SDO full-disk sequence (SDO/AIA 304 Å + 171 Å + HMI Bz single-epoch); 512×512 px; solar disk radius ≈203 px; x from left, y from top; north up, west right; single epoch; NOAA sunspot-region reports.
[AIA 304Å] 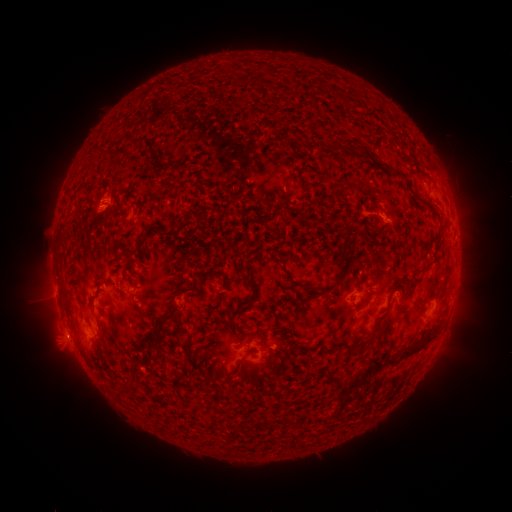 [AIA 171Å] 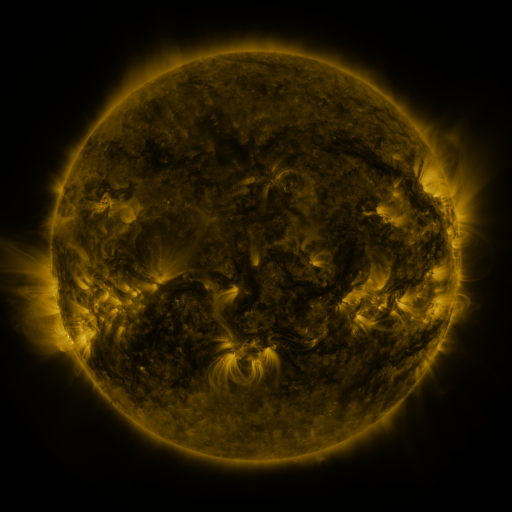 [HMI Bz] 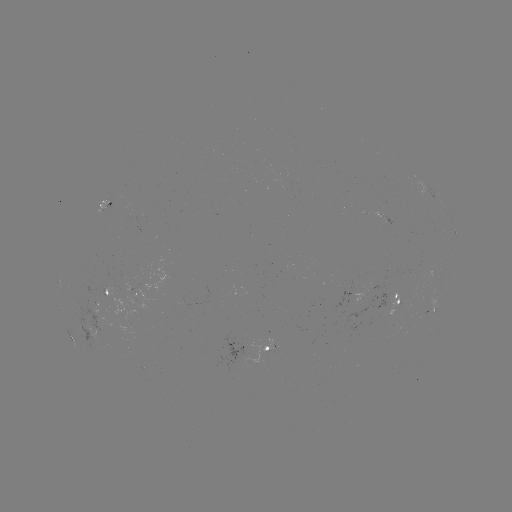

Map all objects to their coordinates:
spotted active region: (107, 202)
spotted active region: (455, 232)
spotted active region: (59, 276)
spotted active region: (137, 295)
spotted active region: (124, 296)
spotted active region: (396, 303)
spotted active region: (433, 308)
spotted active region: (258, 352)
